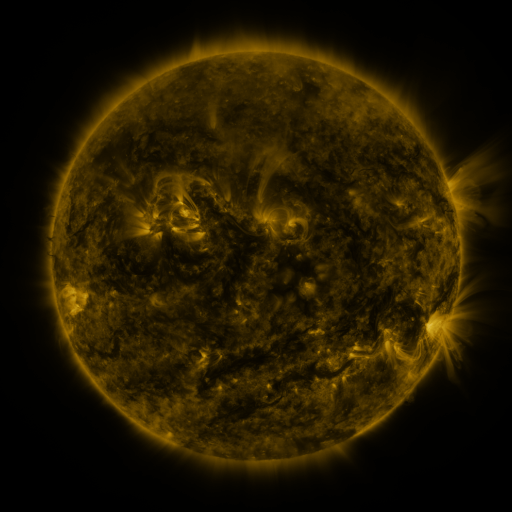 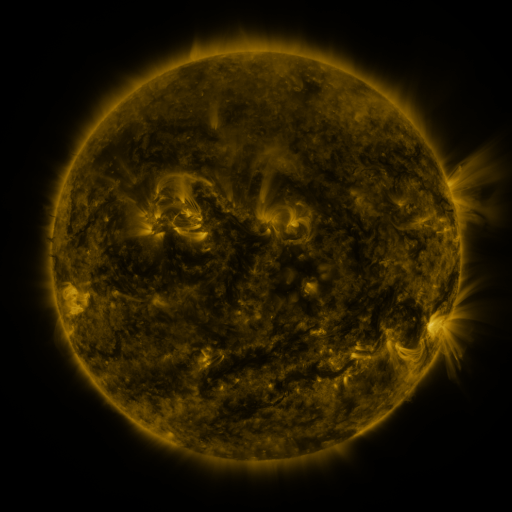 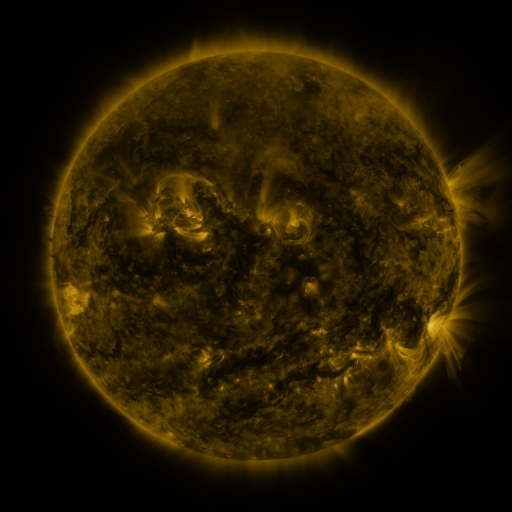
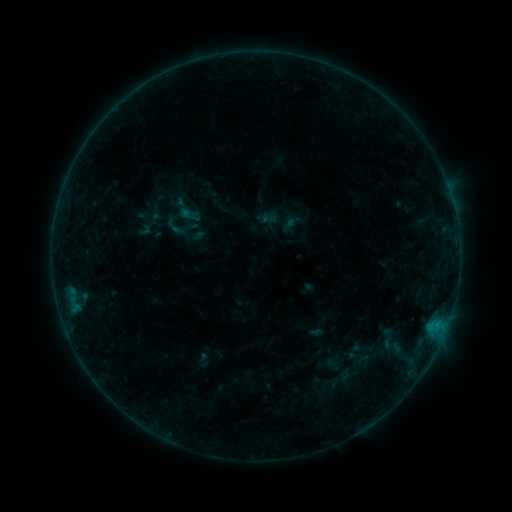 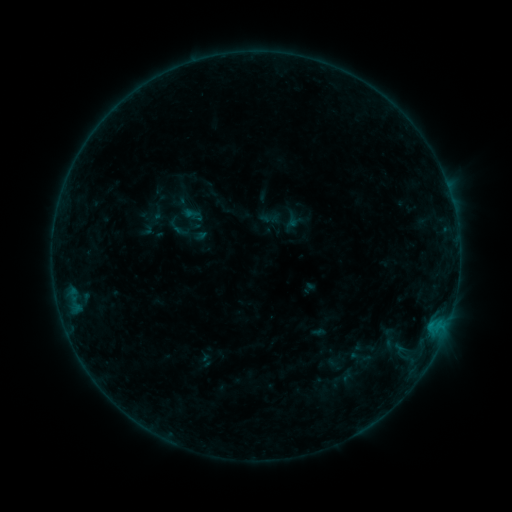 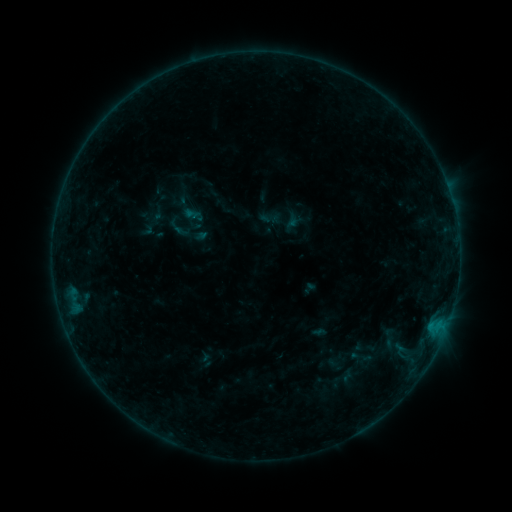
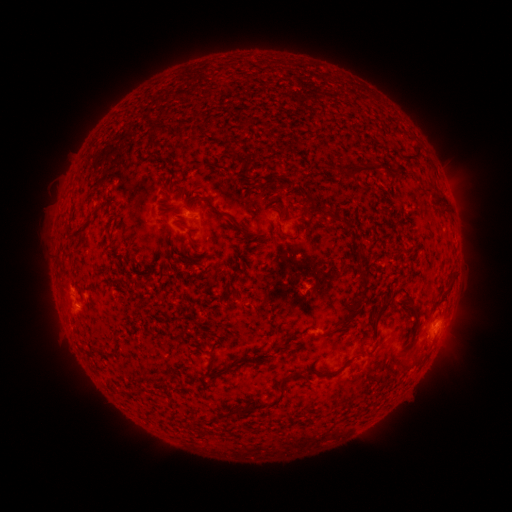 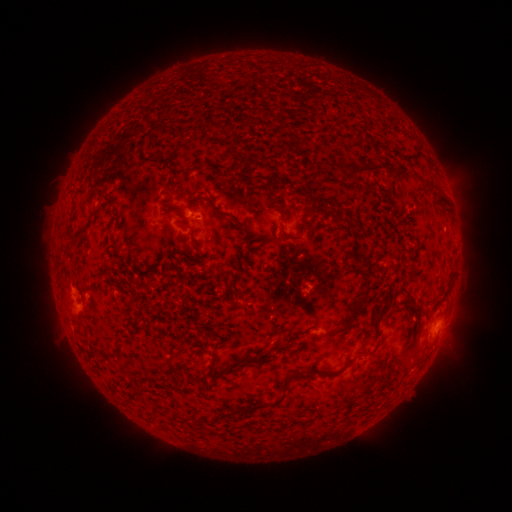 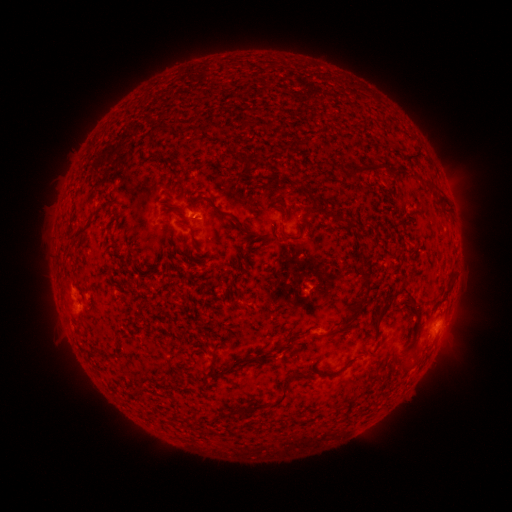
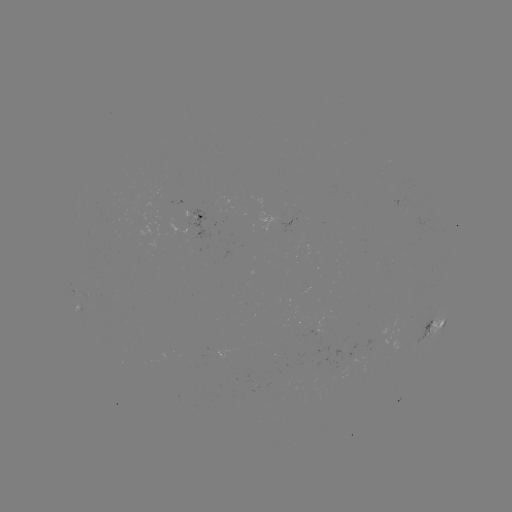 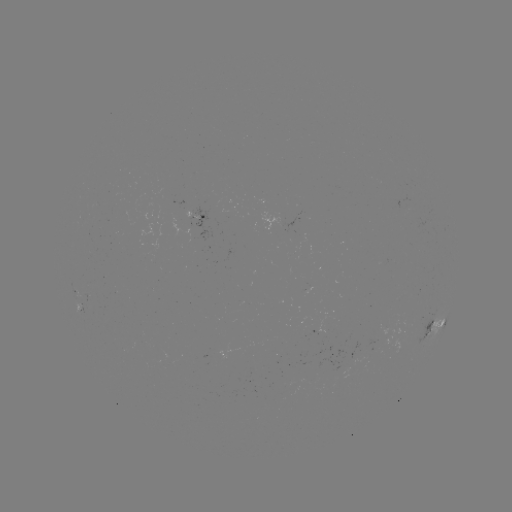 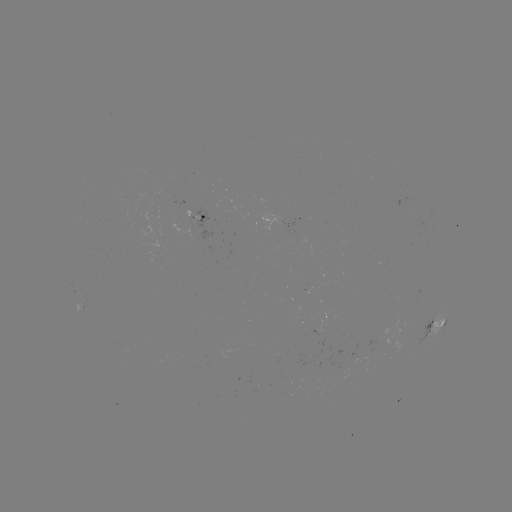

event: emerging-flux region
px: (199, 218)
